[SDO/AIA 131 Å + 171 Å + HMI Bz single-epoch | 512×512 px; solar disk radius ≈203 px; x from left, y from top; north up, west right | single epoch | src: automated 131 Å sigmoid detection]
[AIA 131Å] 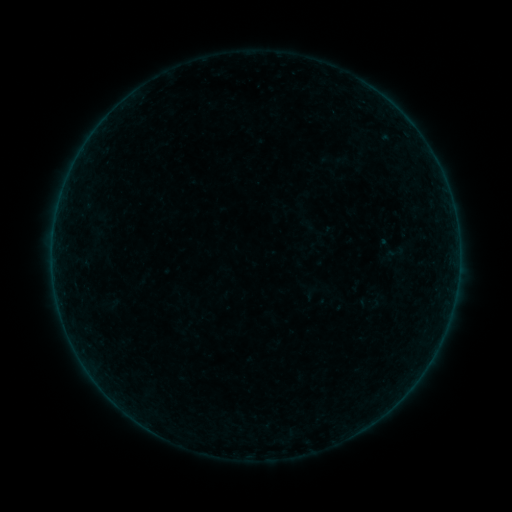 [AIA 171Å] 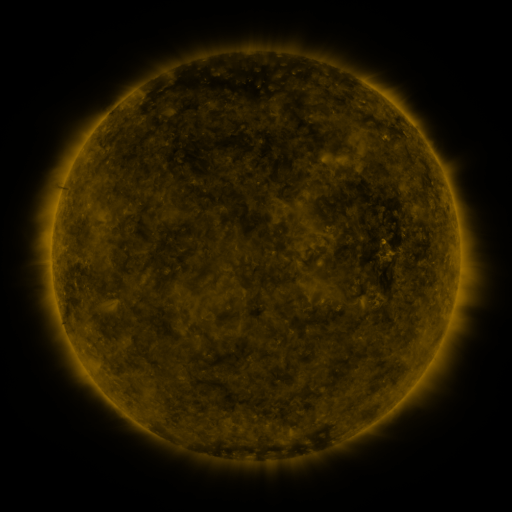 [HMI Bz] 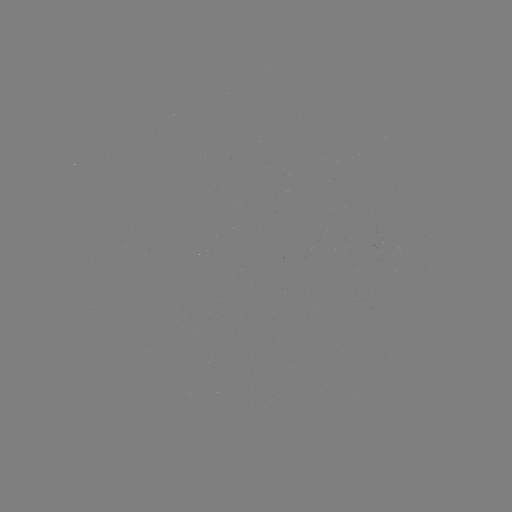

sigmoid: (382, 243, 405, 265)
